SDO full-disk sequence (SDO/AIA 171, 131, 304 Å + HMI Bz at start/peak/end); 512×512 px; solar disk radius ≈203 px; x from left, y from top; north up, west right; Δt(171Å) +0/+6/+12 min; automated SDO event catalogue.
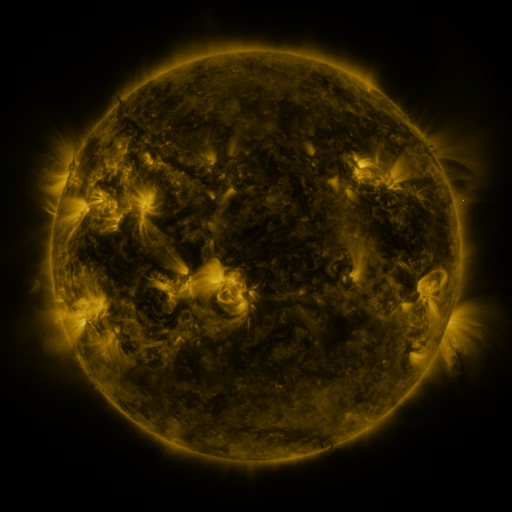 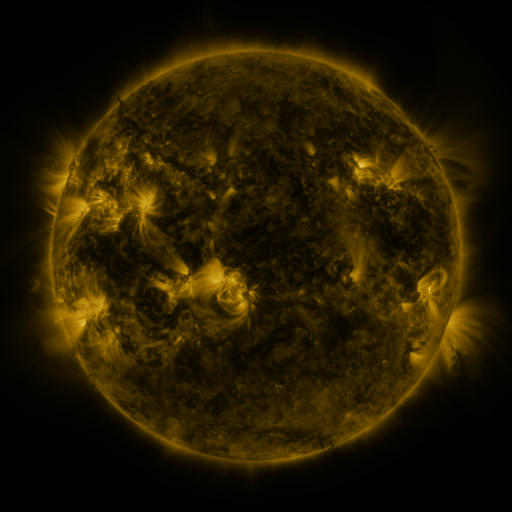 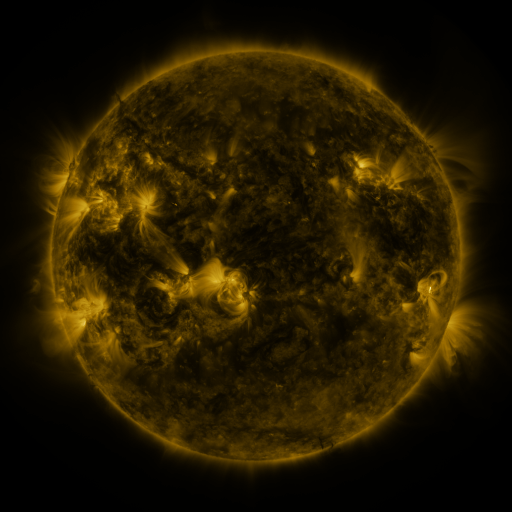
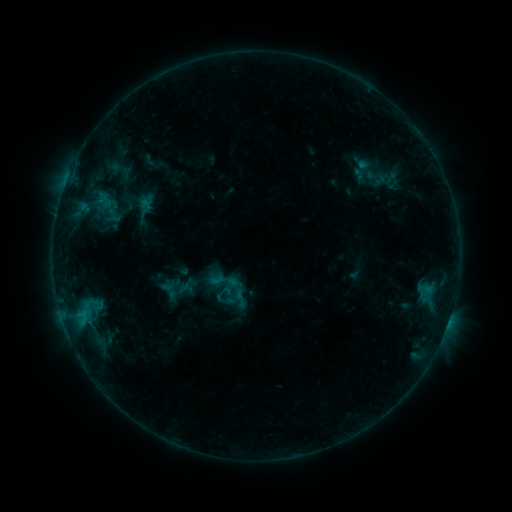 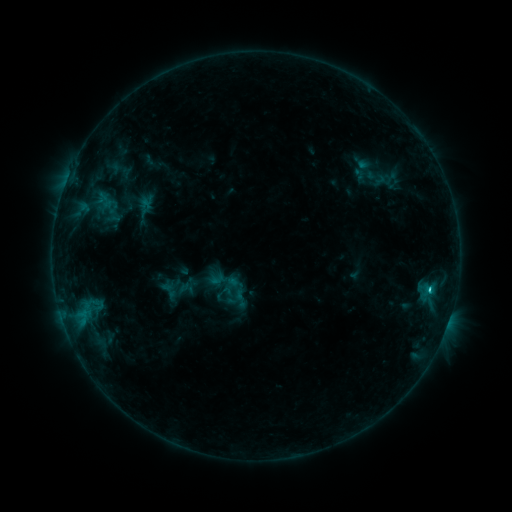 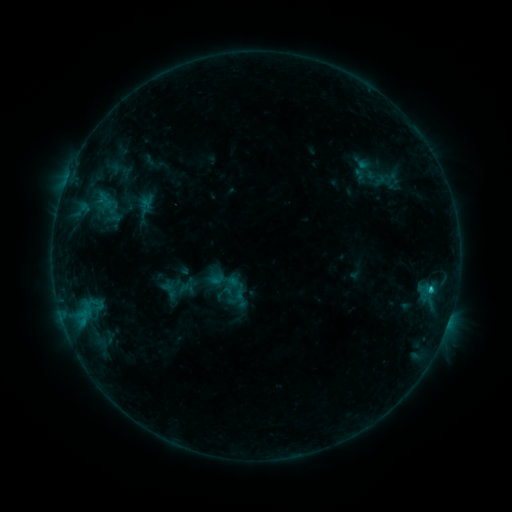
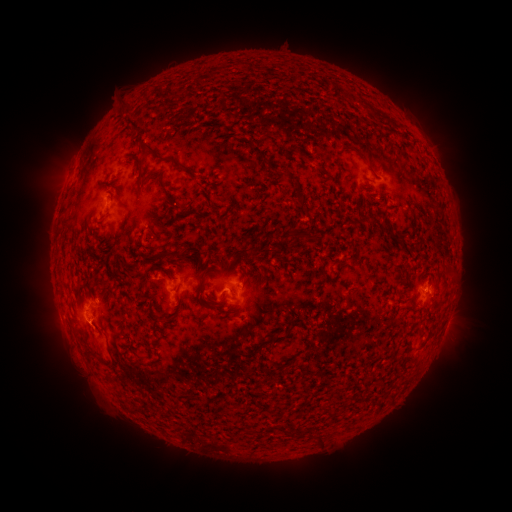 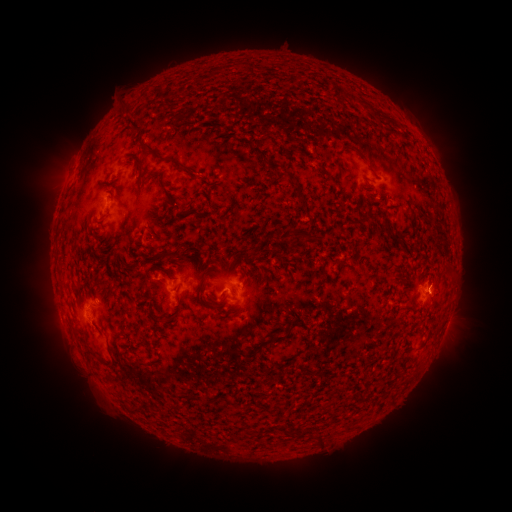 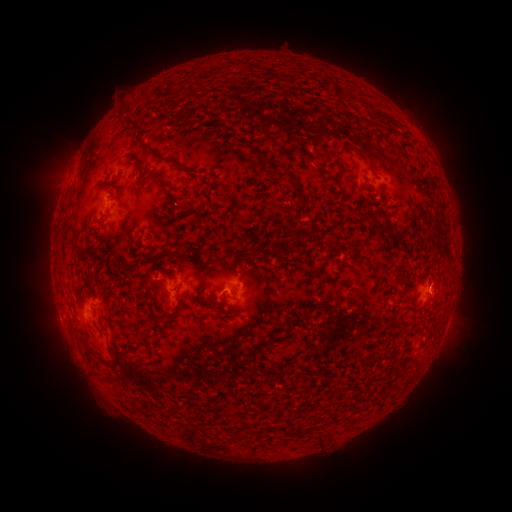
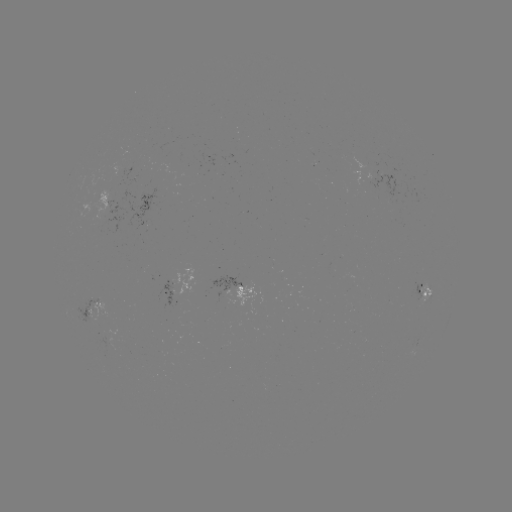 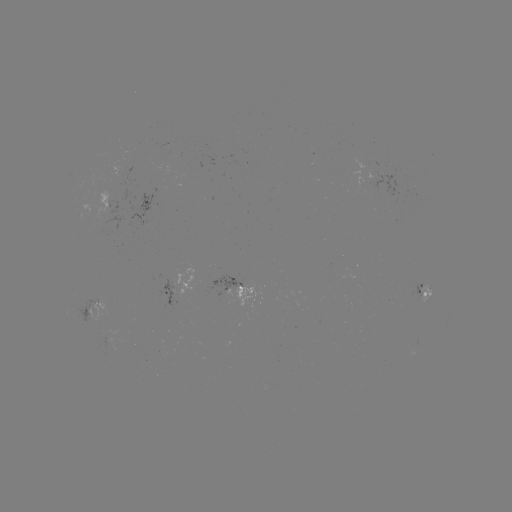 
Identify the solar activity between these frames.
C1.1 flare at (429, 289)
